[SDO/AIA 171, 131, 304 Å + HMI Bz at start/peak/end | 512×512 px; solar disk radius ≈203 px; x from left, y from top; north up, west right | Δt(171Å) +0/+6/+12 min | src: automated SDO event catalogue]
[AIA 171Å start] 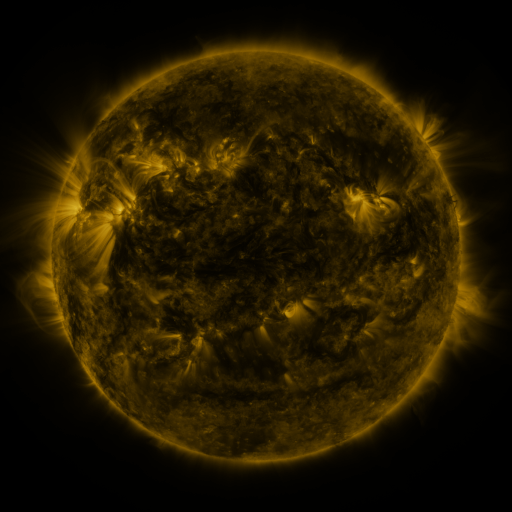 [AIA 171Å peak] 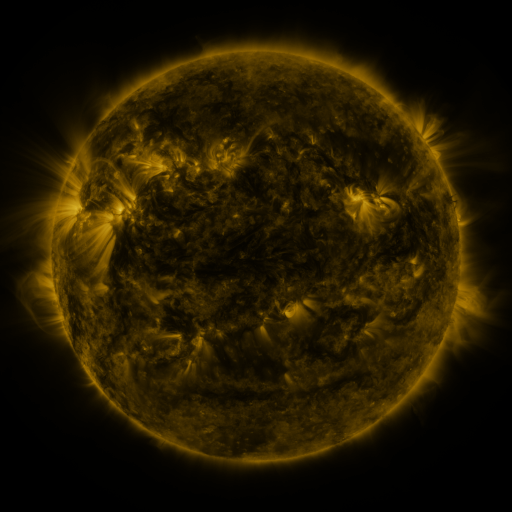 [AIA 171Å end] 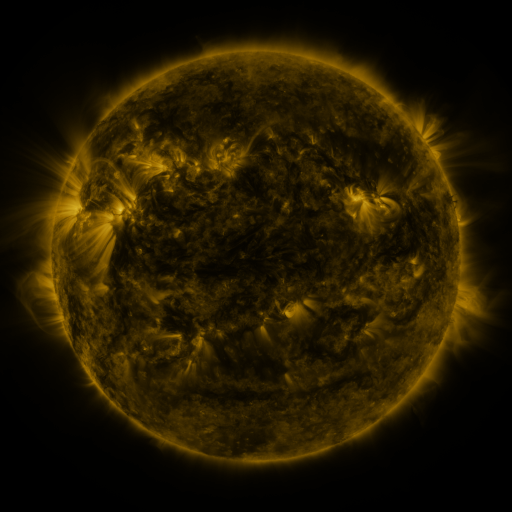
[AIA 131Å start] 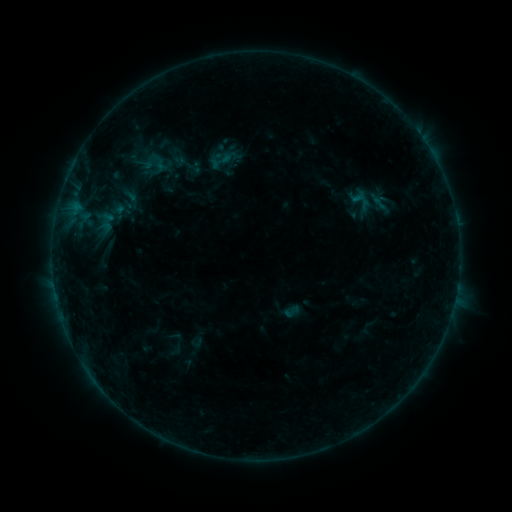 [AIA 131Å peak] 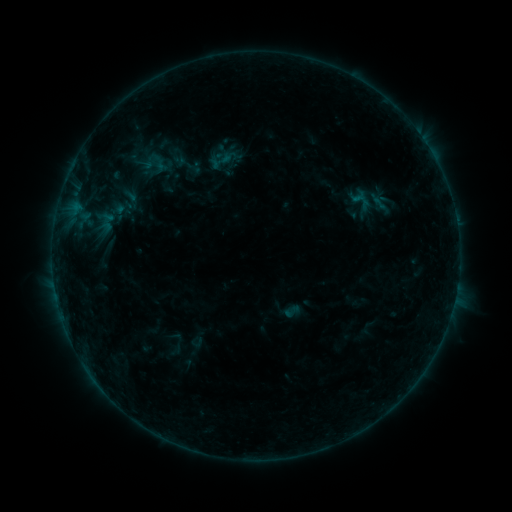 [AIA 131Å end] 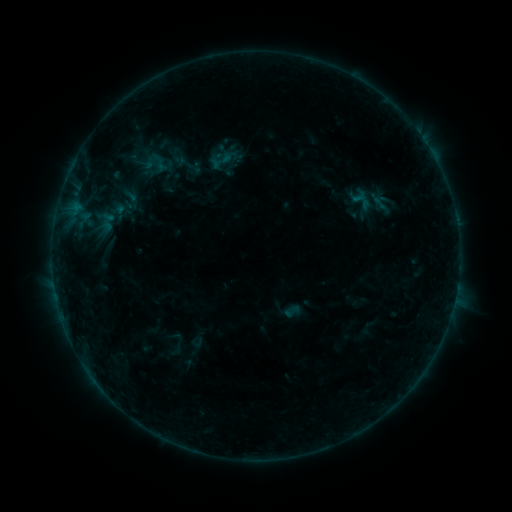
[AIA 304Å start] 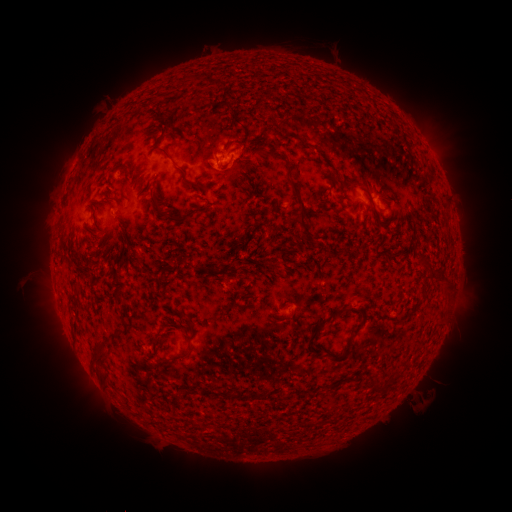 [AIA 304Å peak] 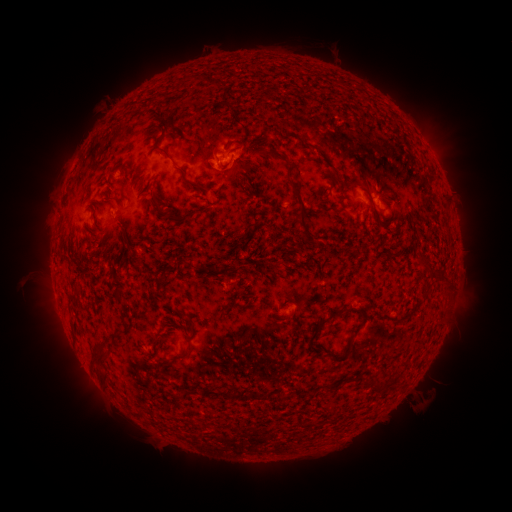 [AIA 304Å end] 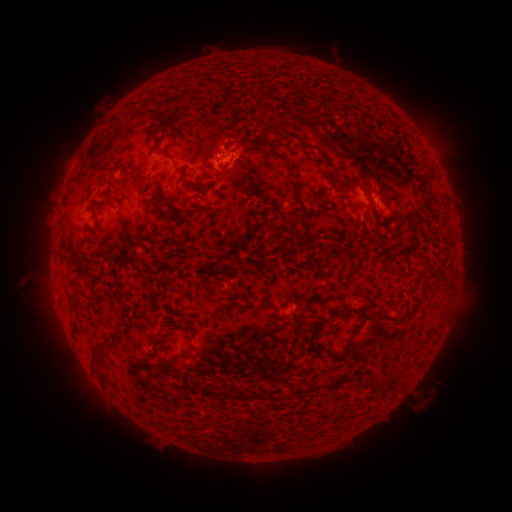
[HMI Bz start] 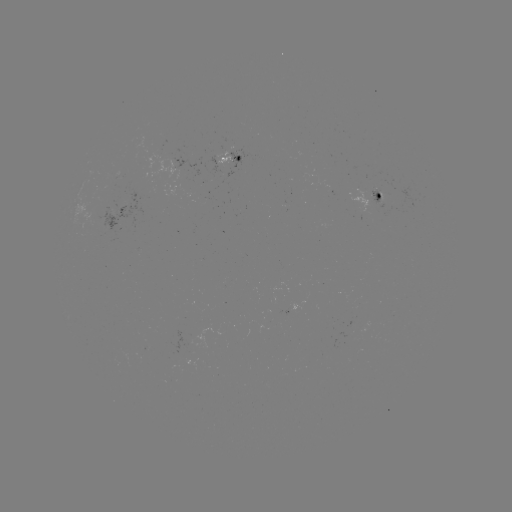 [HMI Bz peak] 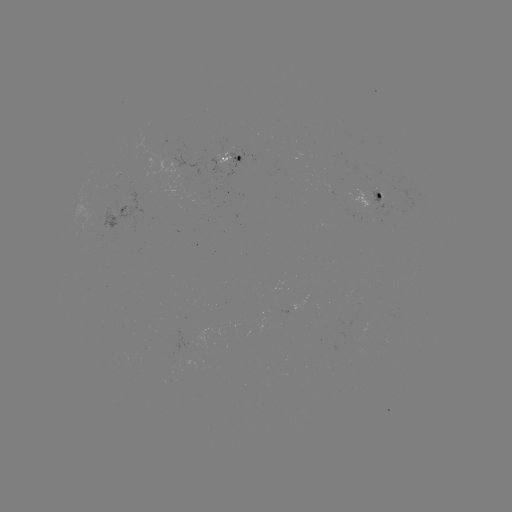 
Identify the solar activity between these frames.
no catalogued flare and no flagged EUV brightening in this window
